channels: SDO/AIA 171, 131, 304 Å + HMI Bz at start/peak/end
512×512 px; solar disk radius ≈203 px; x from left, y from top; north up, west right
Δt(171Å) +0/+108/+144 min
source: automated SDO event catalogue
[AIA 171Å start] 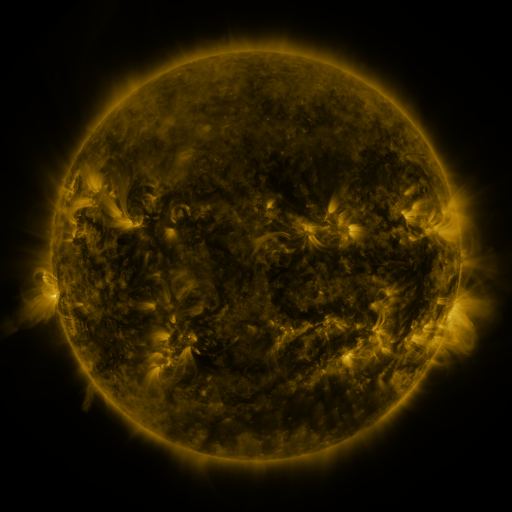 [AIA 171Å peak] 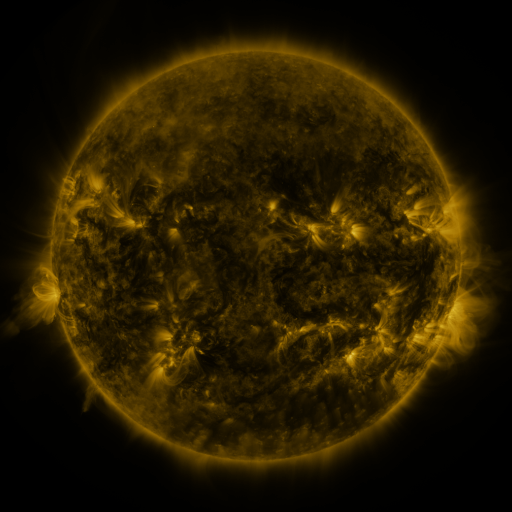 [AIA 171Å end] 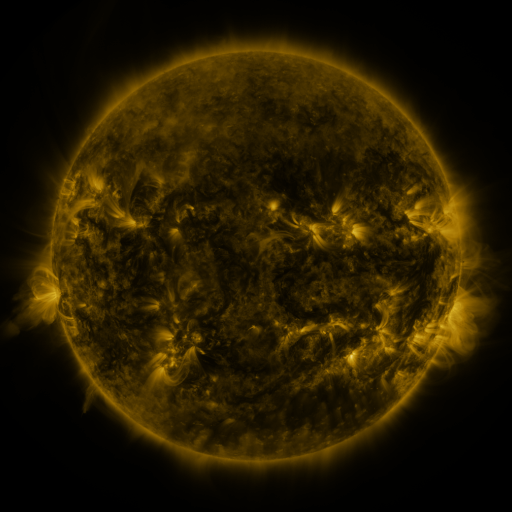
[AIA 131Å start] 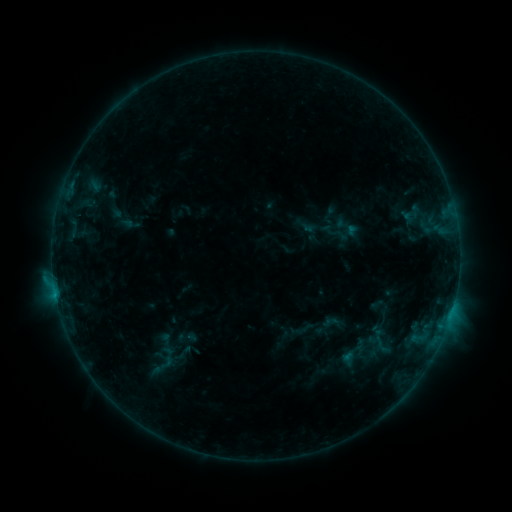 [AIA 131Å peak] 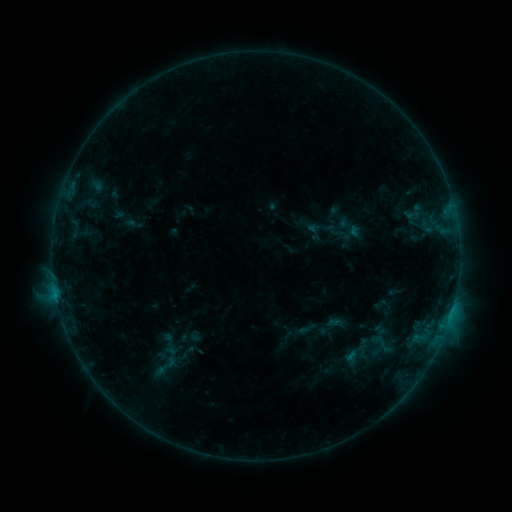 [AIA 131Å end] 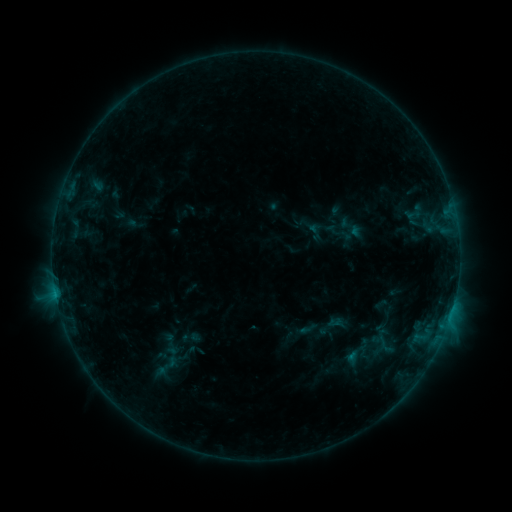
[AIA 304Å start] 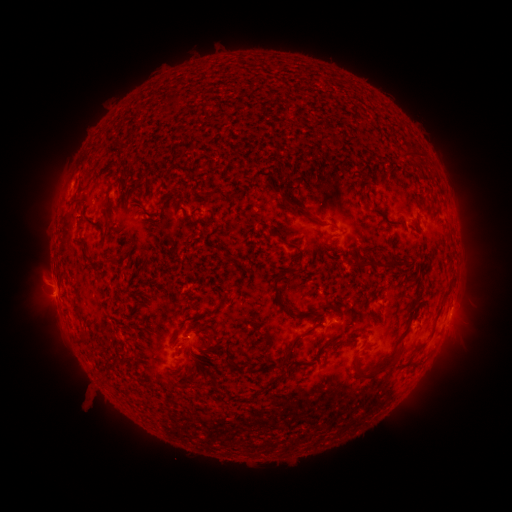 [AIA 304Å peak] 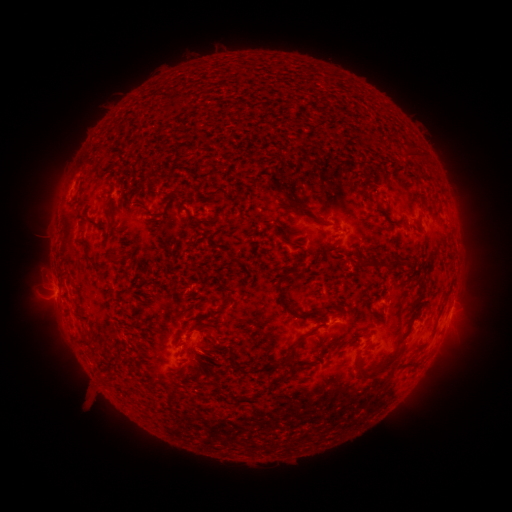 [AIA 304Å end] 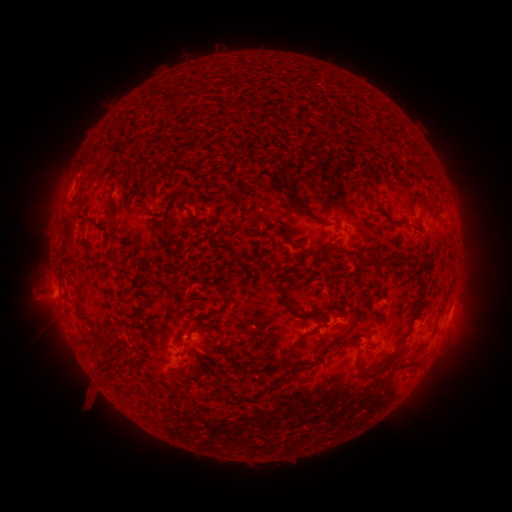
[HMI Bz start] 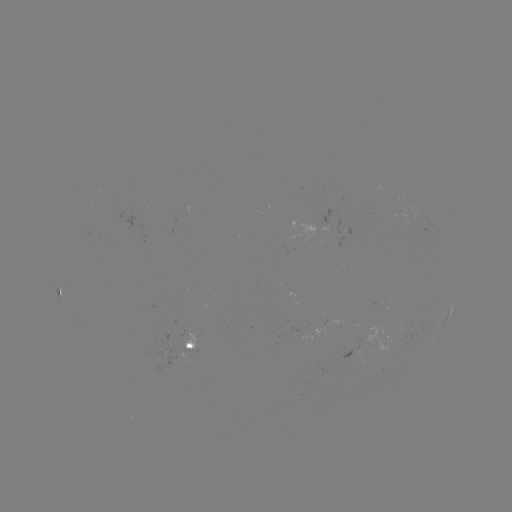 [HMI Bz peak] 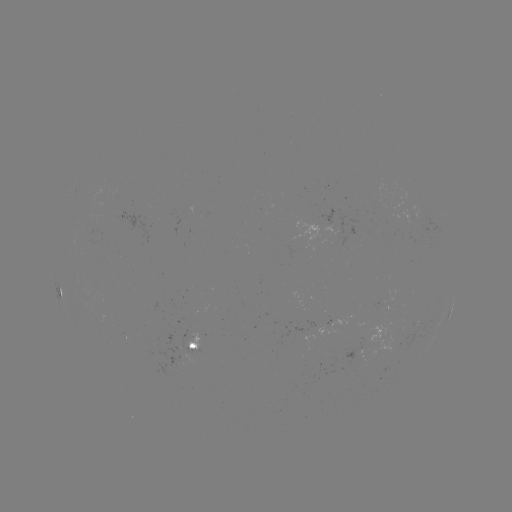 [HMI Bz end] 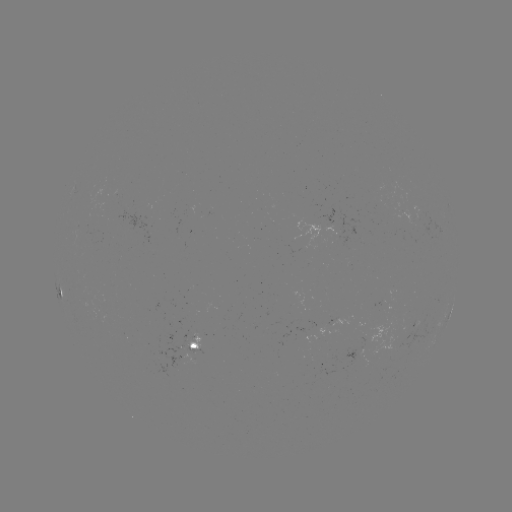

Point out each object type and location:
emerging-flux region: (192, 341)
